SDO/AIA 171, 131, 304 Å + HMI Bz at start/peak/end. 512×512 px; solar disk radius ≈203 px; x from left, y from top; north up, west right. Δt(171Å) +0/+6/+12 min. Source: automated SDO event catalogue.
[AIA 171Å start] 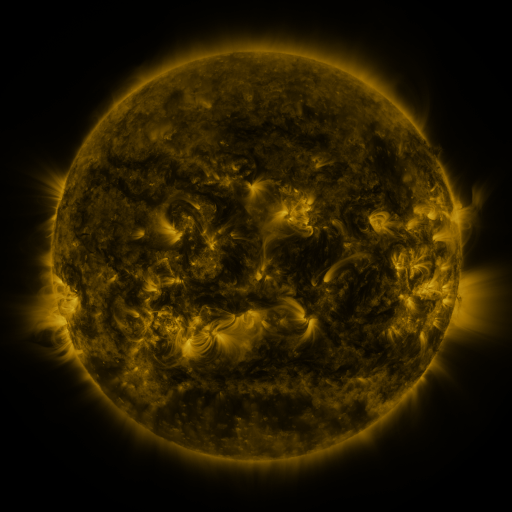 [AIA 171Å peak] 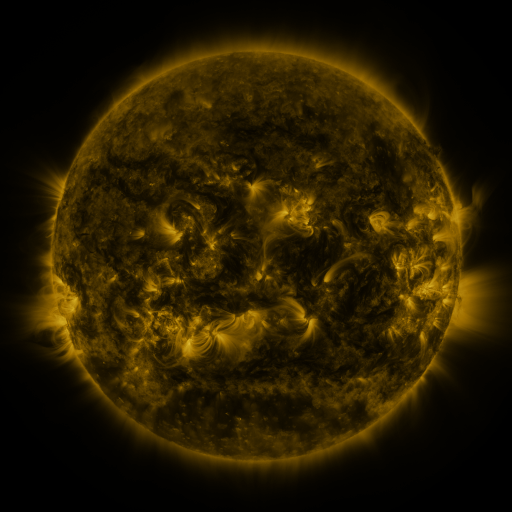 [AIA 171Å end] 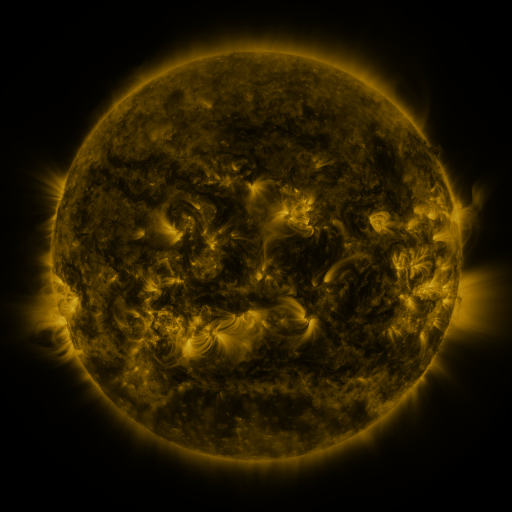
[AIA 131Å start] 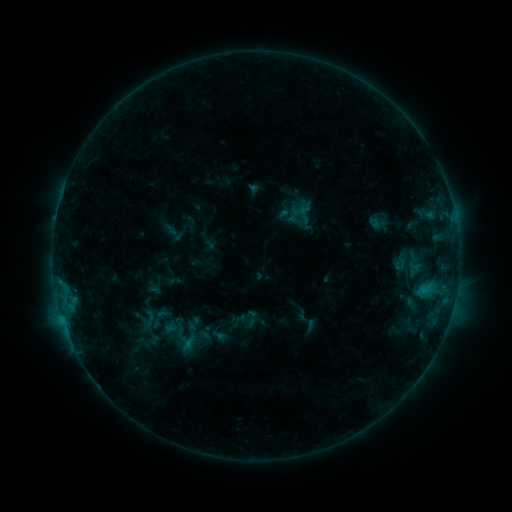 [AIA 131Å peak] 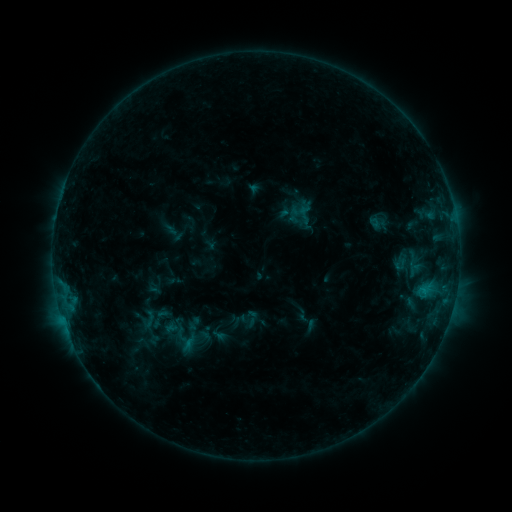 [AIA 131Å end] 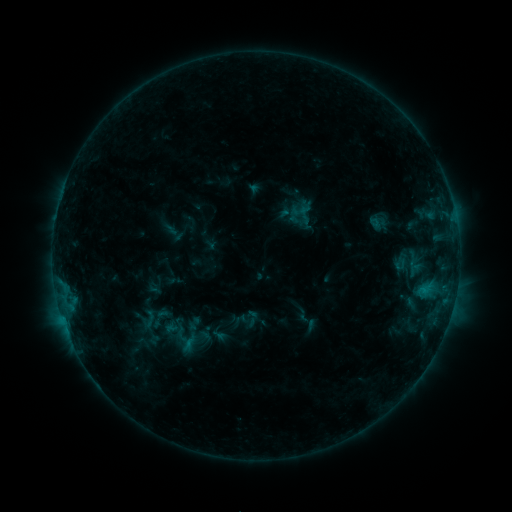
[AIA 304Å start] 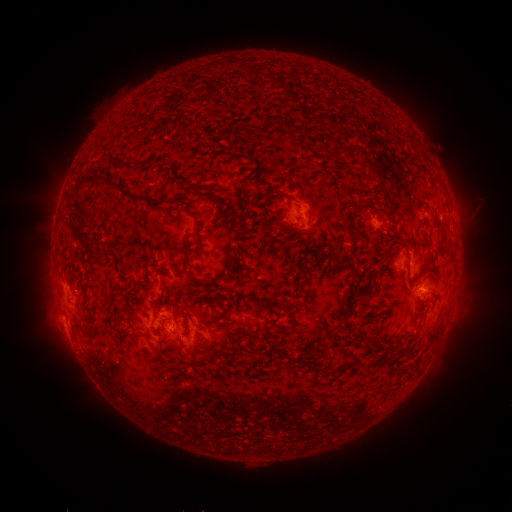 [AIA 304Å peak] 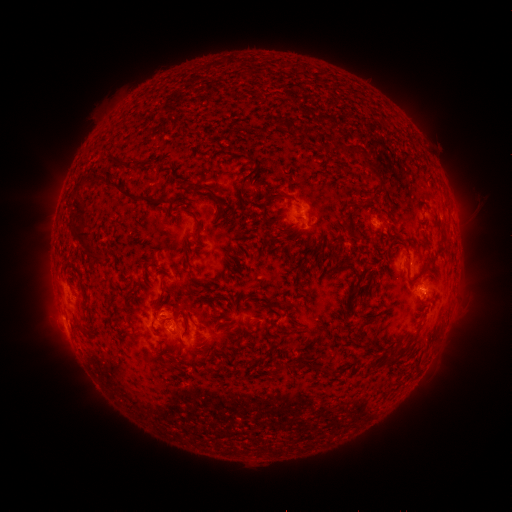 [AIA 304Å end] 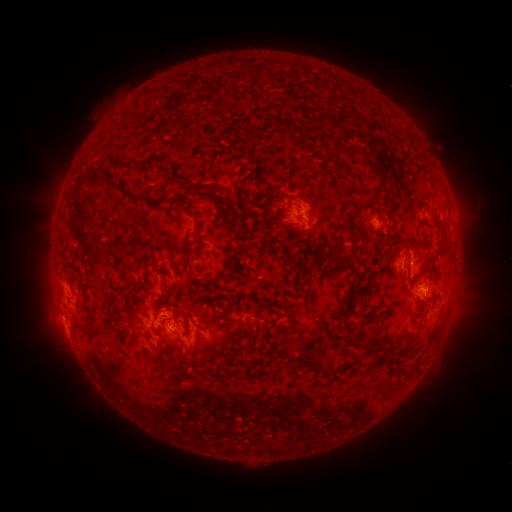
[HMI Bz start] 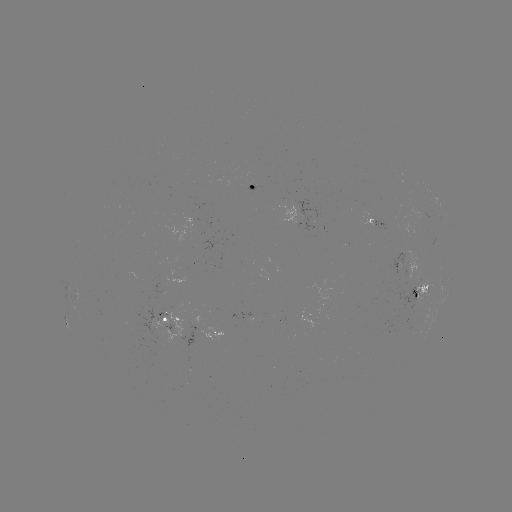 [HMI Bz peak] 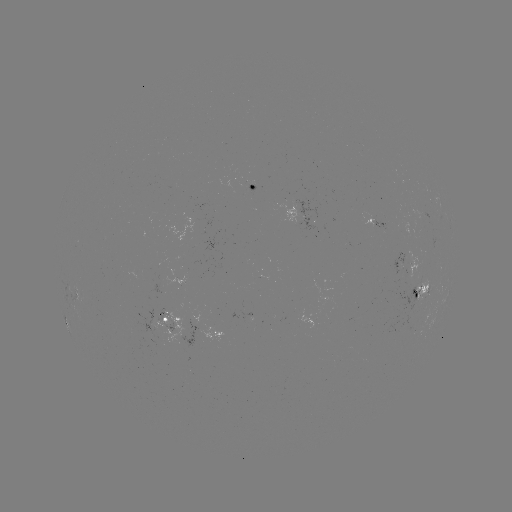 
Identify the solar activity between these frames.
no catalogued flare and no flagged EUV brightening in this window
